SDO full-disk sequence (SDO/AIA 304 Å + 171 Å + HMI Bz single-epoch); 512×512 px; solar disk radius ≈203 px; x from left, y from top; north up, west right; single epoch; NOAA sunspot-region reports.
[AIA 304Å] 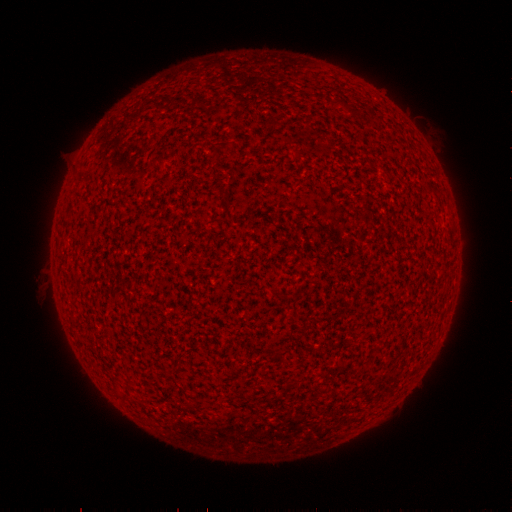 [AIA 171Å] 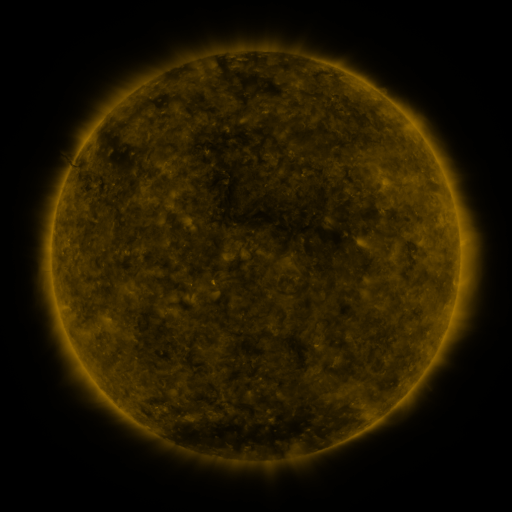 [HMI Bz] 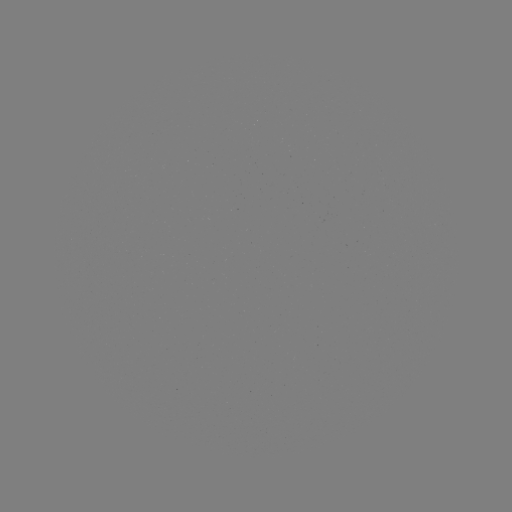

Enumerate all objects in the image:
(none)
